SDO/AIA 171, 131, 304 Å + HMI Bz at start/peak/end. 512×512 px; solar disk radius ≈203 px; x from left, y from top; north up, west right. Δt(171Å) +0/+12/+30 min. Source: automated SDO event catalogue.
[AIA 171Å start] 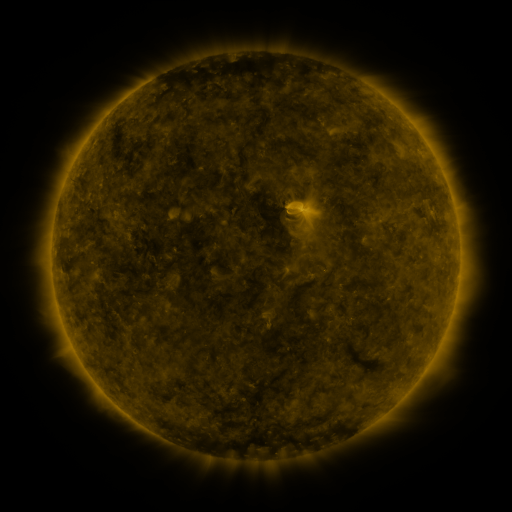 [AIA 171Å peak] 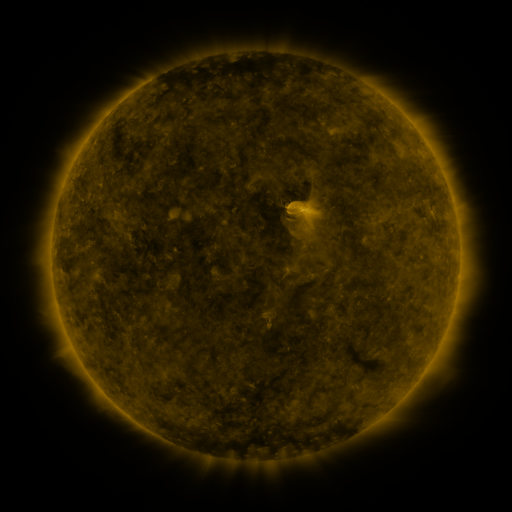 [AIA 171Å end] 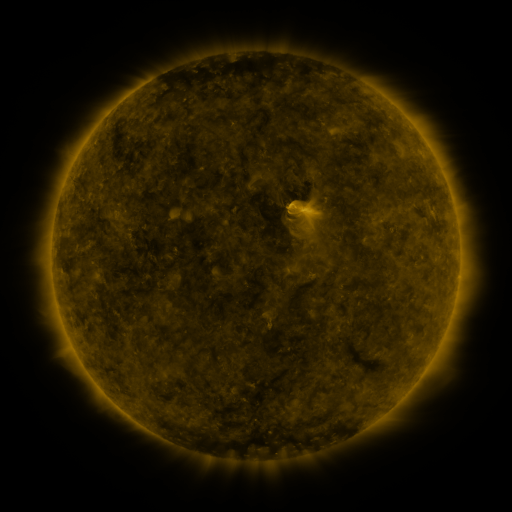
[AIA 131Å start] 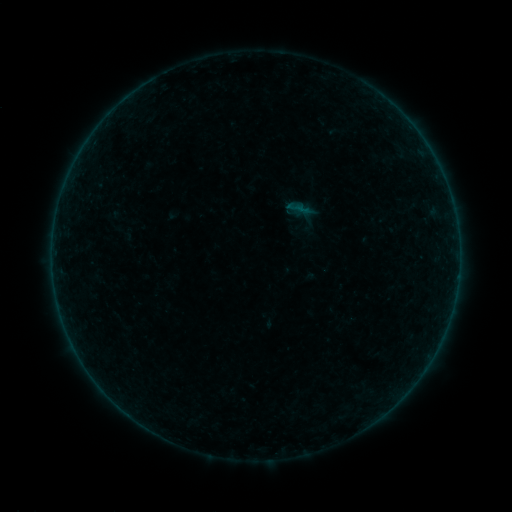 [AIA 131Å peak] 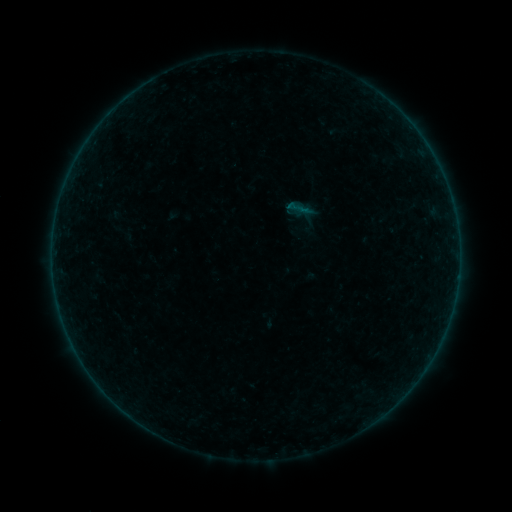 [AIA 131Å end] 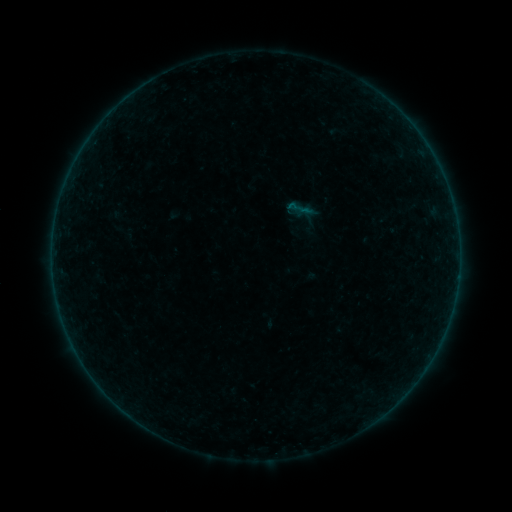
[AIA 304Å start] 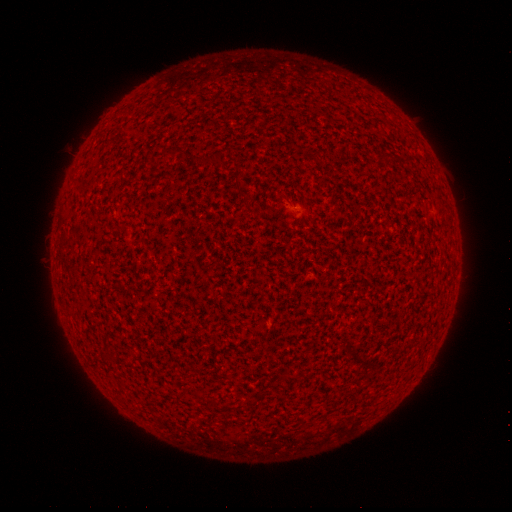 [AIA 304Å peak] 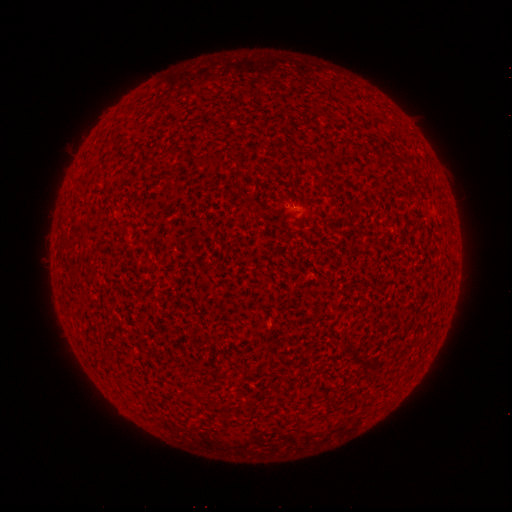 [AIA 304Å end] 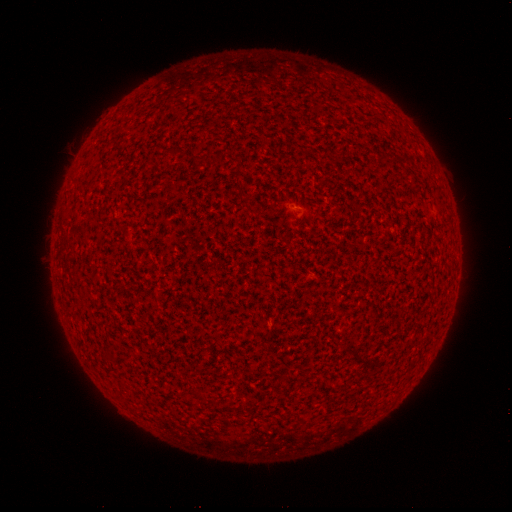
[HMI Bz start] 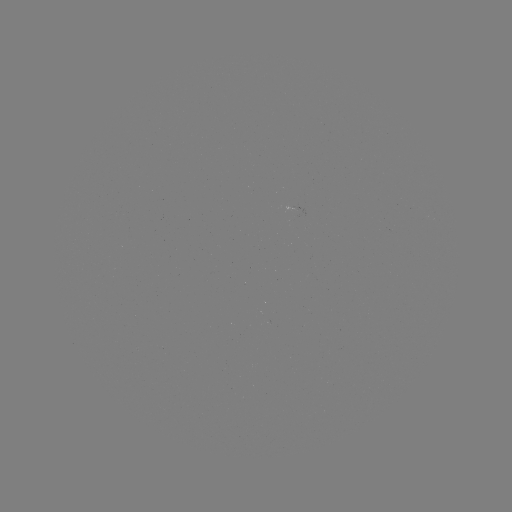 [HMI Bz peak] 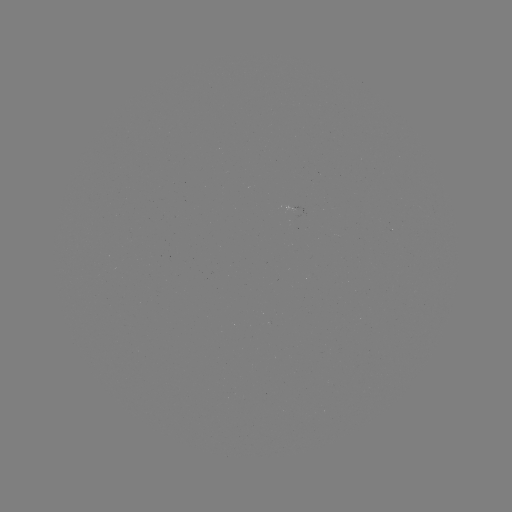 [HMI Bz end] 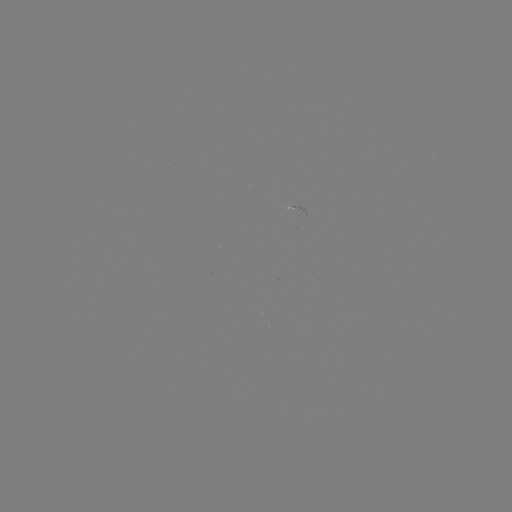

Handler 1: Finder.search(A4.0 flare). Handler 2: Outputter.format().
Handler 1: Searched A4.0 flare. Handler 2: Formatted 290,205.